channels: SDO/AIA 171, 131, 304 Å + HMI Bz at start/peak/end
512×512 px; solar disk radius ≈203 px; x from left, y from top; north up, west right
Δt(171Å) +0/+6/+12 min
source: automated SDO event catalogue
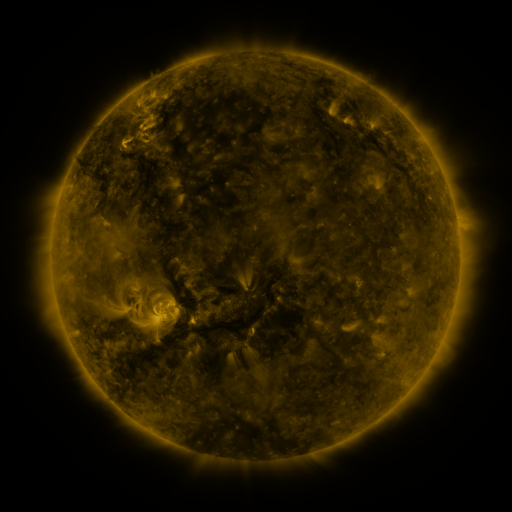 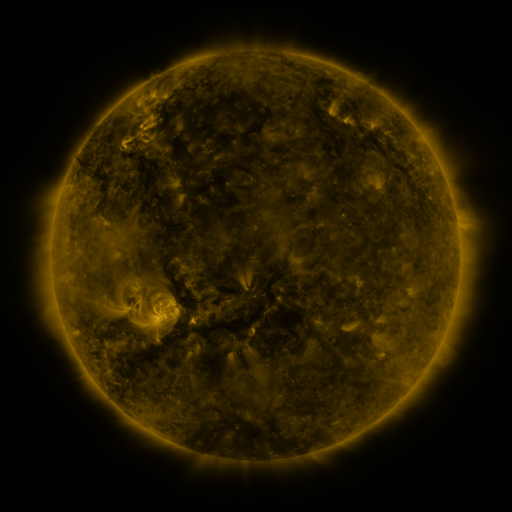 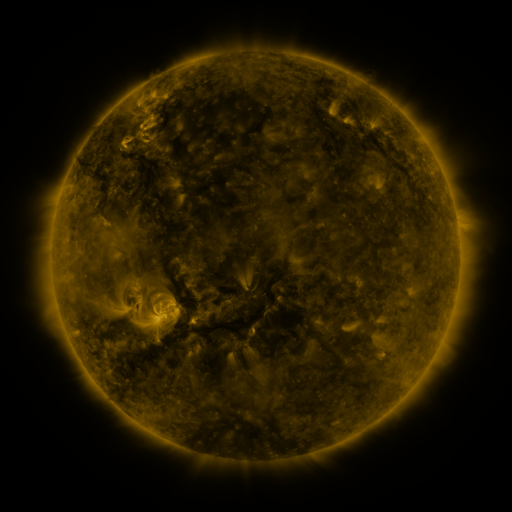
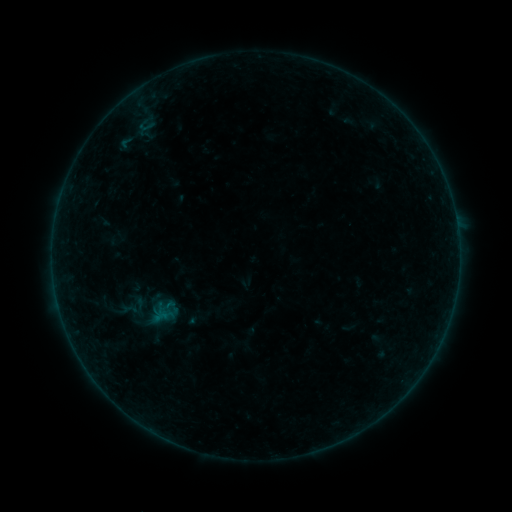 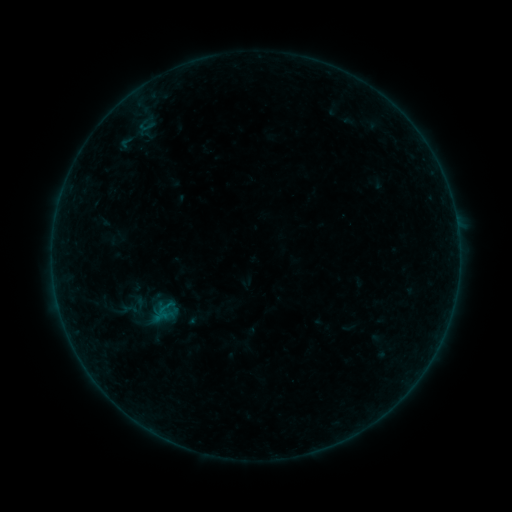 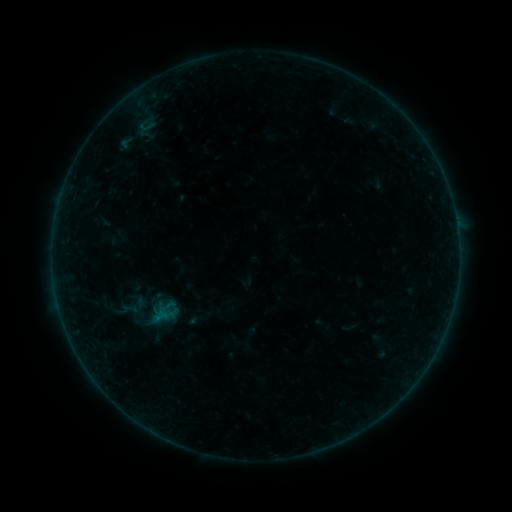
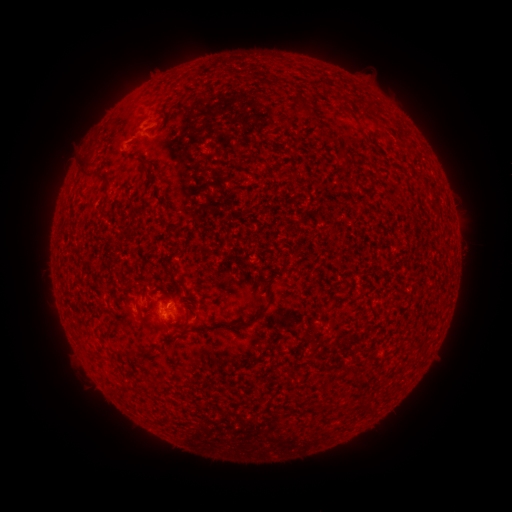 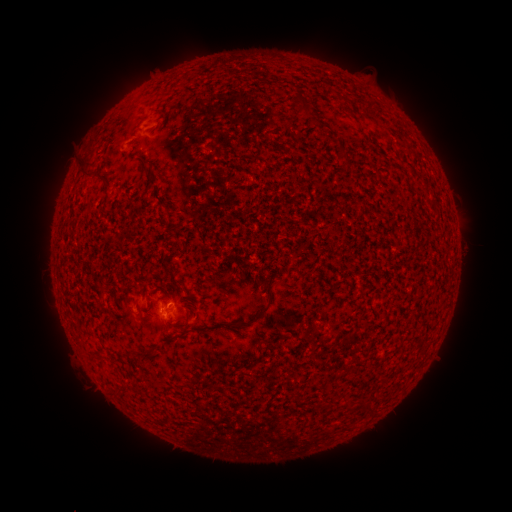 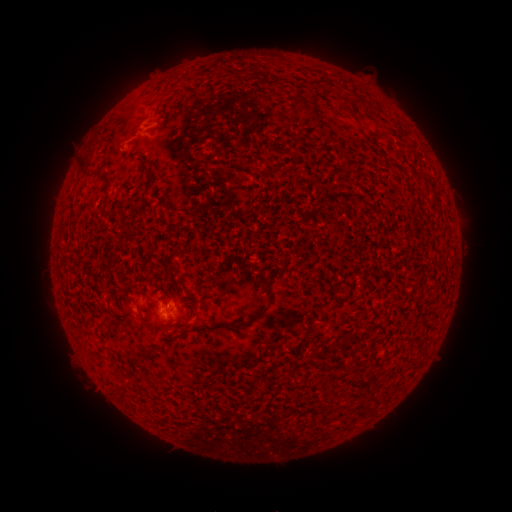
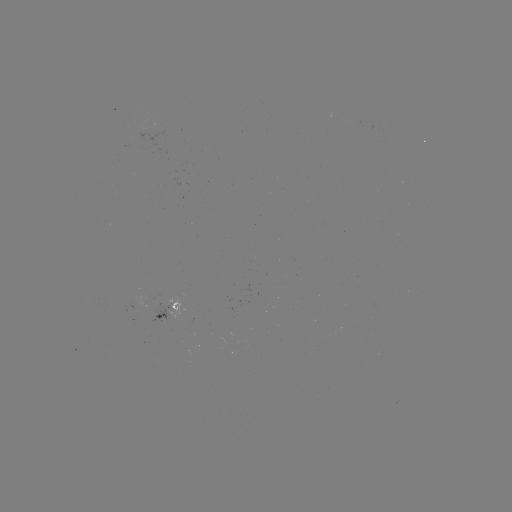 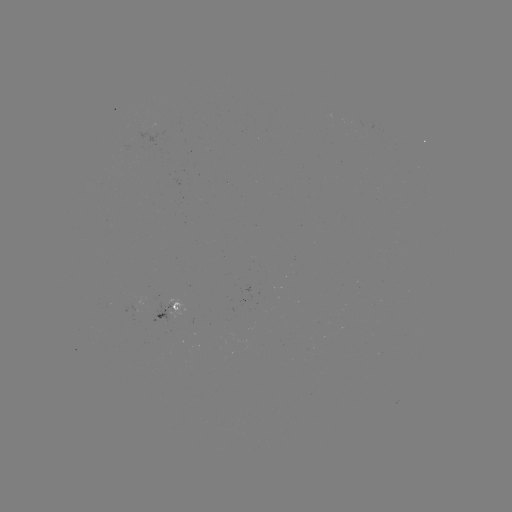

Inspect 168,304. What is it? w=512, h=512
B1.0 flare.